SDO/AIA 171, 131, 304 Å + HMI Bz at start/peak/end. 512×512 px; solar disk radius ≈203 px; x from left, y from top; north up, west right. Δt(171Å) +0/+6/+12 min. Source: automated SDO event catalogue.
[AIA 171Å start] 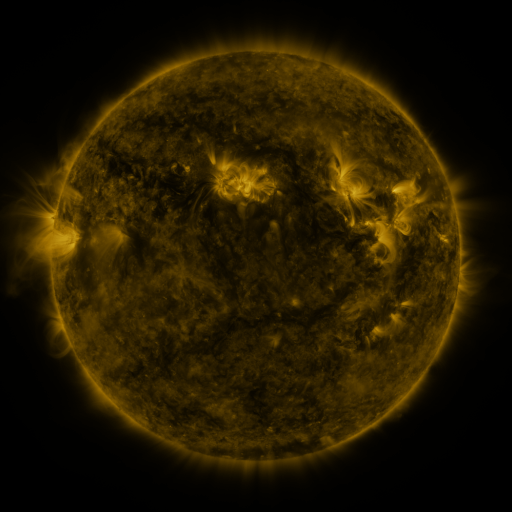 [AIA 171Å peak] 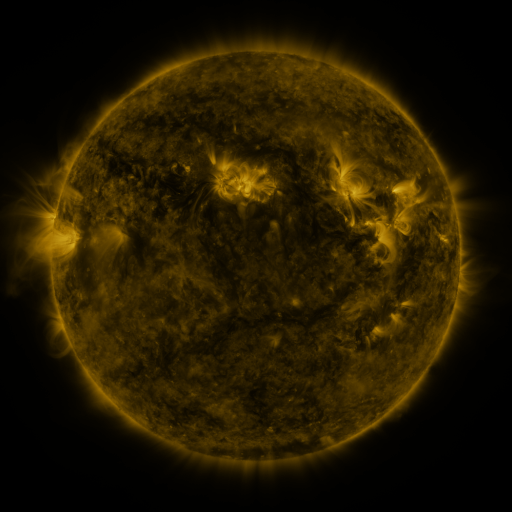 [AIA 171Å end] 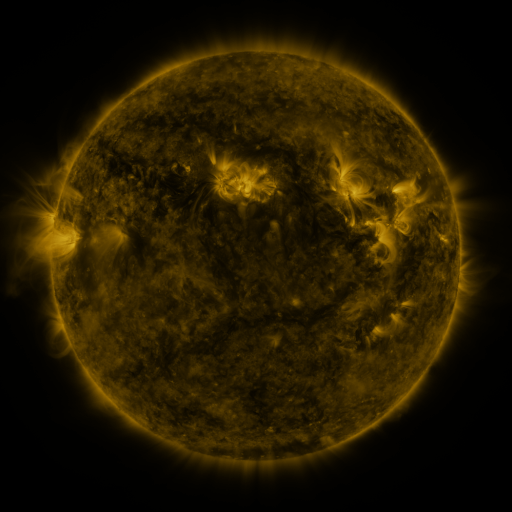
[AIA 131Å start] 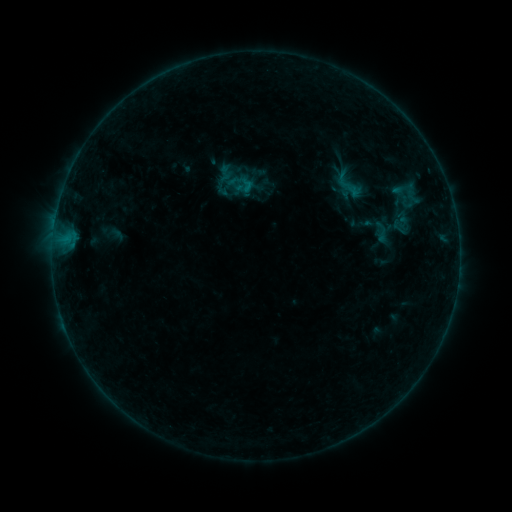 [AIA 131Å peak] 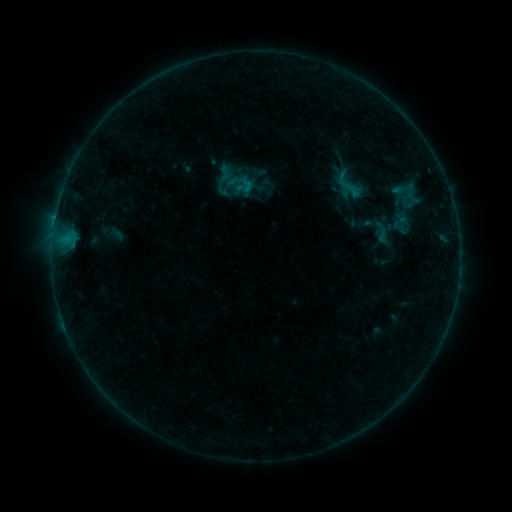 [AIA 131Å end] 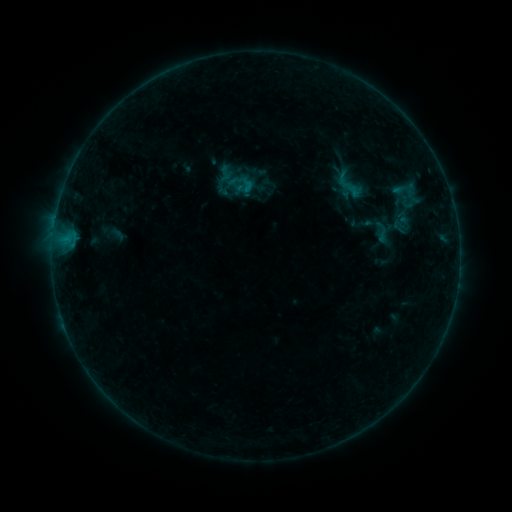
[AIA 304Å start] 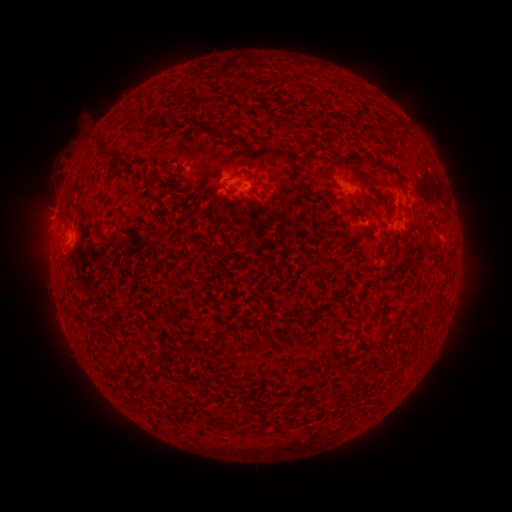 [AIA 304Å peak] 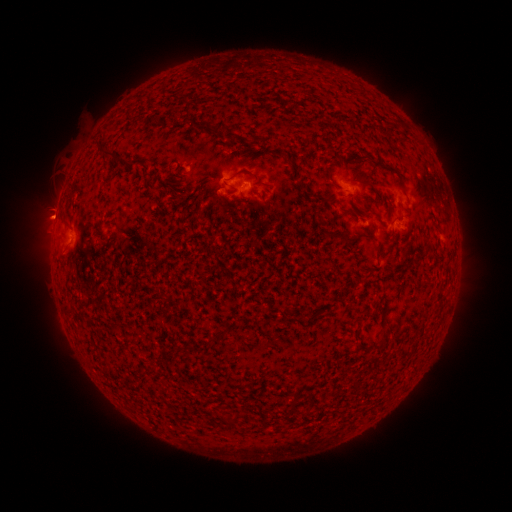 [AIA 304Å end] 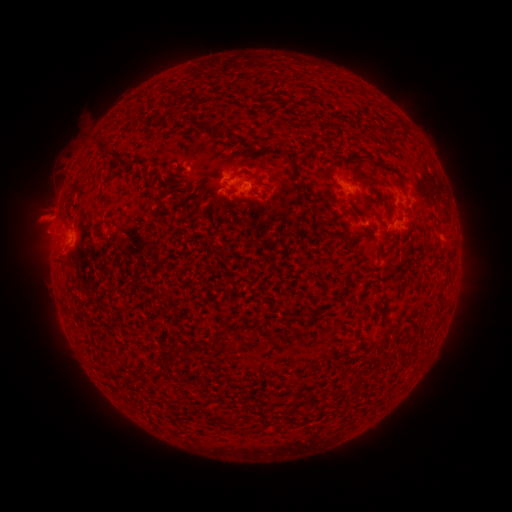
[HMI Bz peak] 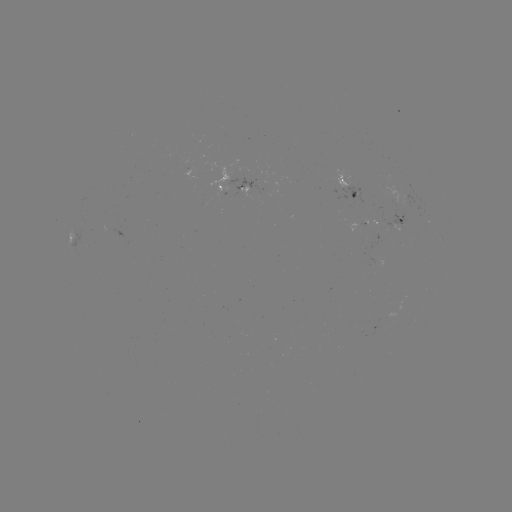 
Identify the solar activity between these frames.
eruption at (45, 216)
